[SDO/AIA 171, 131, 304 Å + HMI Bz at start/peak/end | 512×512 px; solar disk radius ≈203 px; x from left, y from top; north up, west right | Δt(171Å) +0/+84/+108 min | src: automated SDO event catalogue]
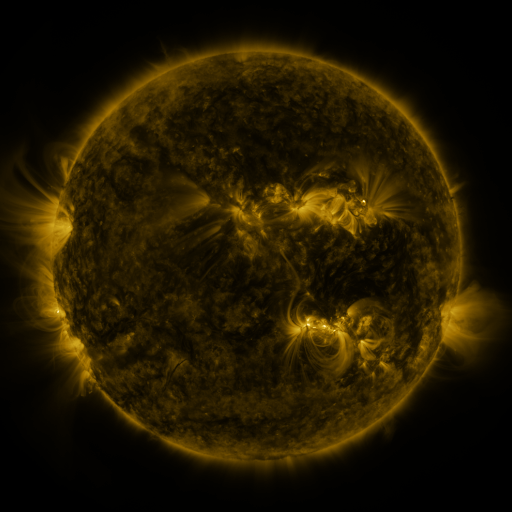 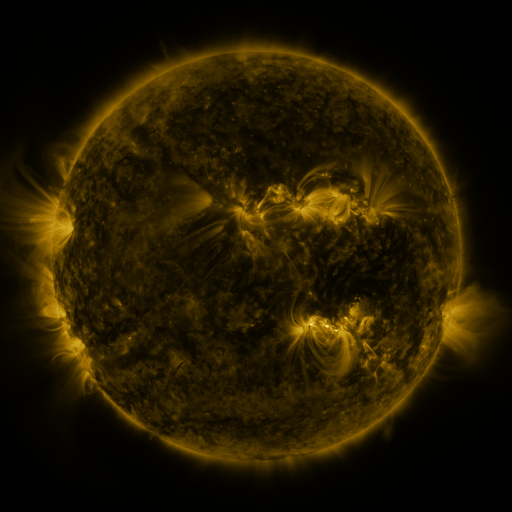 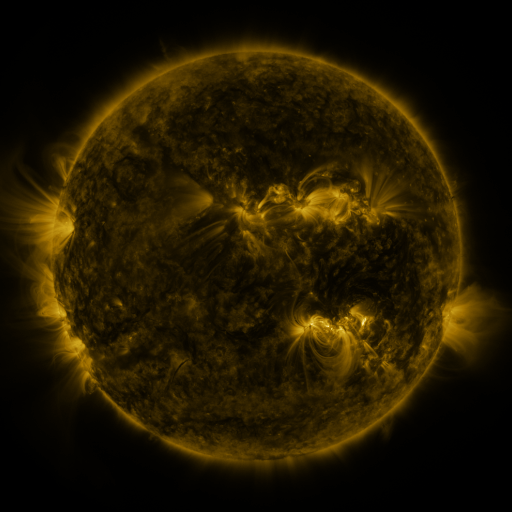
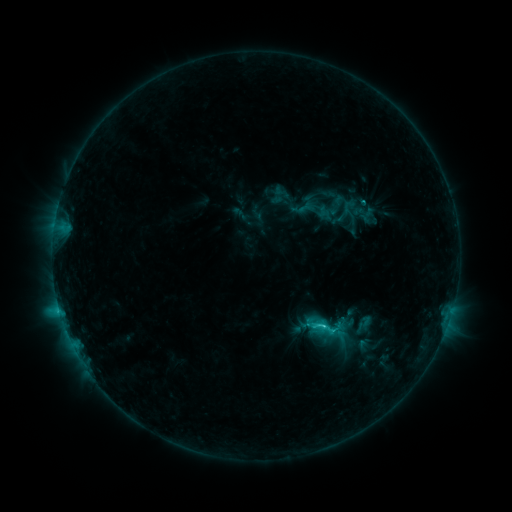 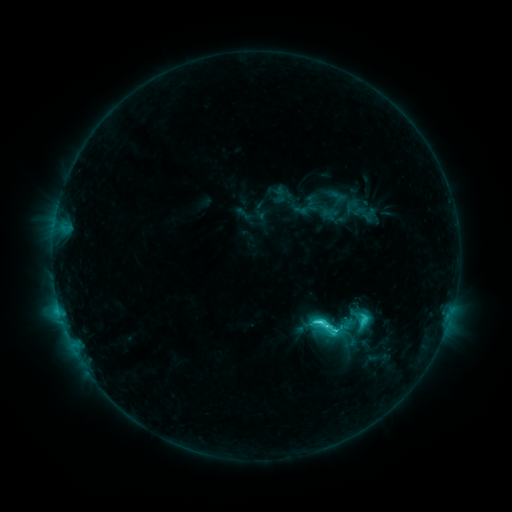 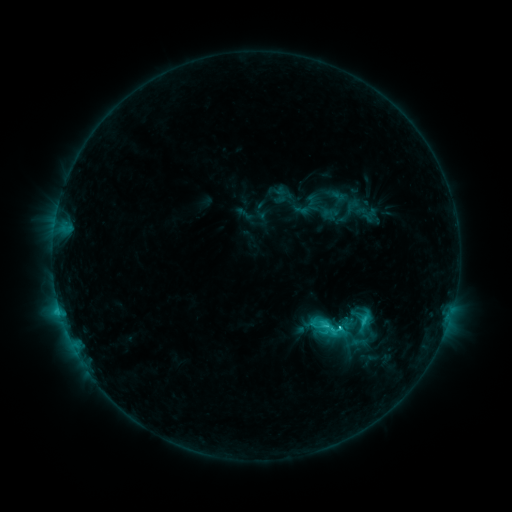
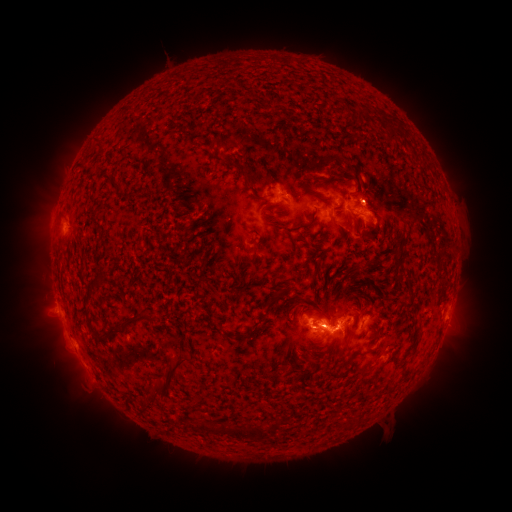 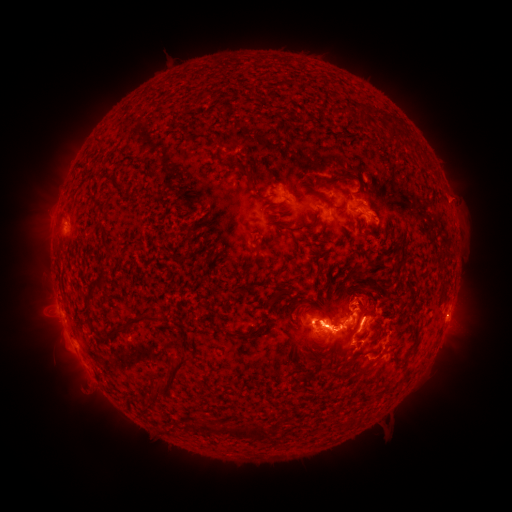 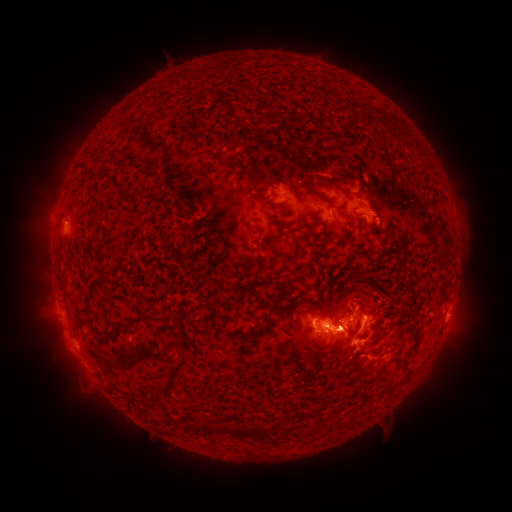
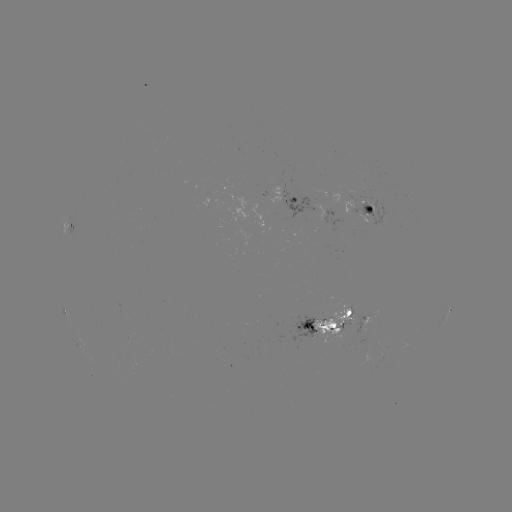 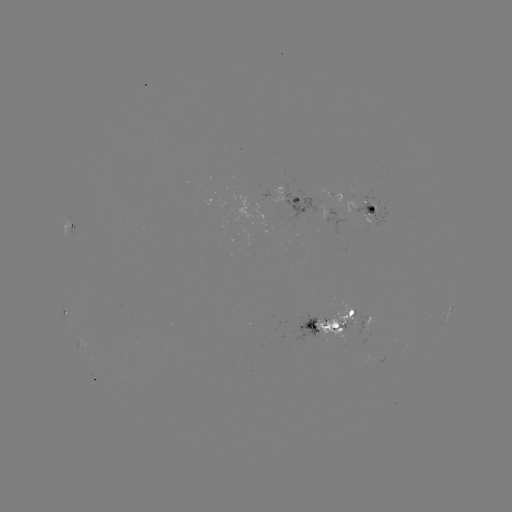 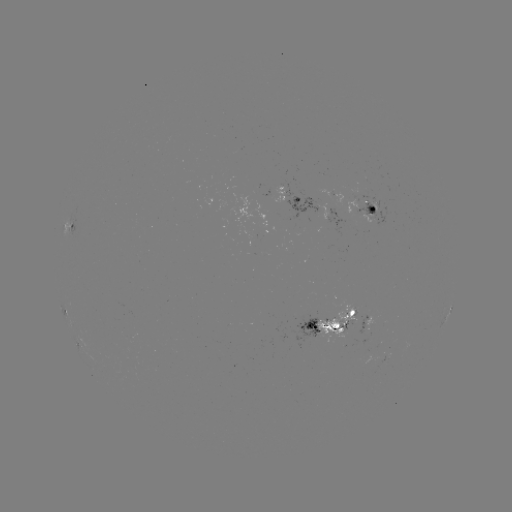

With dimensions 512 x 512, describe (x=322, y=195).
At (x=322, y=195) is emerging-flux region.